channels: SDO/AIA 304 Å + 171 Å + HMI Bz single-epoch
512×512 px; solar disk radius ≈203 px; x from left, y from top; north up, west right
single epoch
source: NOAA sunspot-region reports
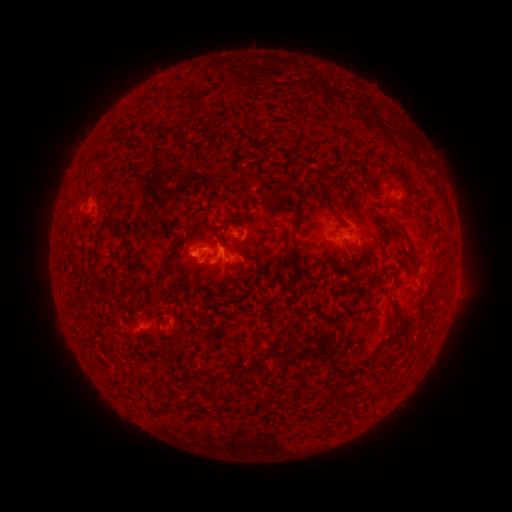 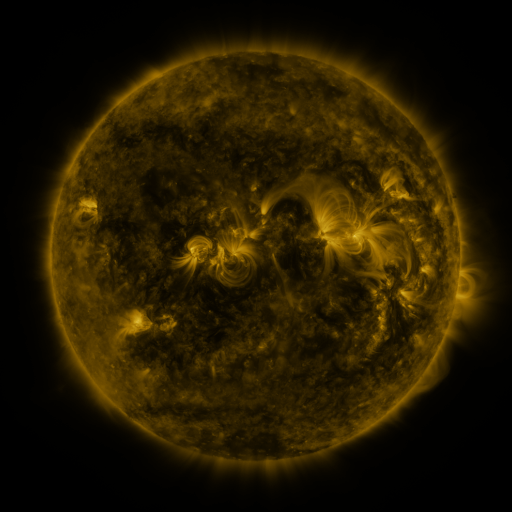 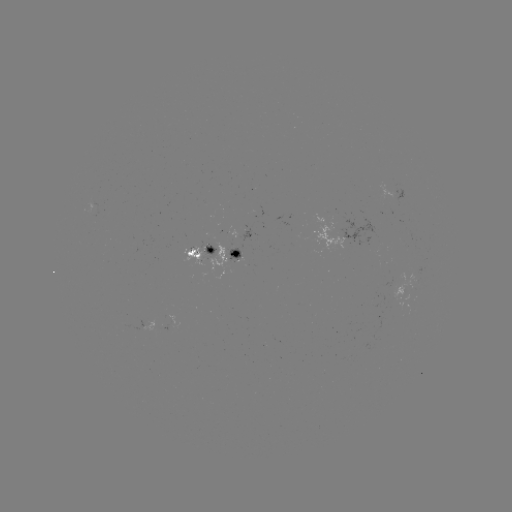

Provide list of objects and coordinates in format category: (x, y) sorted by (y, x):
spotted active region: (203, 257)
spotted active region: (234, 257)
spotted active region: (176, 326)
